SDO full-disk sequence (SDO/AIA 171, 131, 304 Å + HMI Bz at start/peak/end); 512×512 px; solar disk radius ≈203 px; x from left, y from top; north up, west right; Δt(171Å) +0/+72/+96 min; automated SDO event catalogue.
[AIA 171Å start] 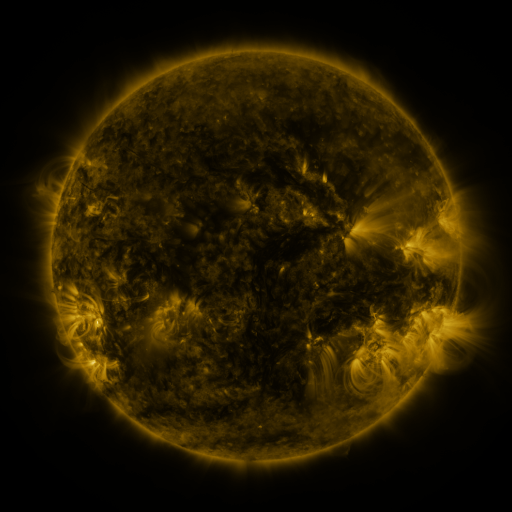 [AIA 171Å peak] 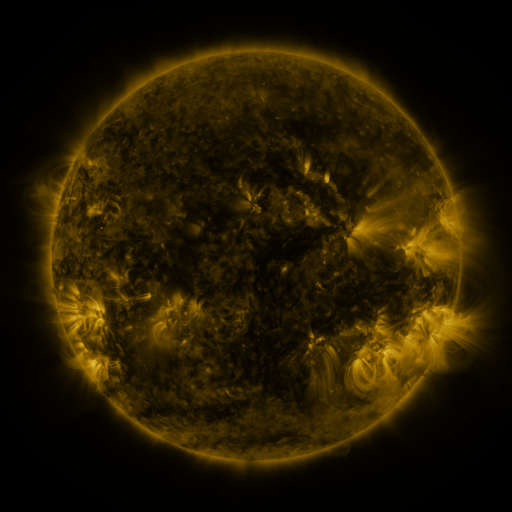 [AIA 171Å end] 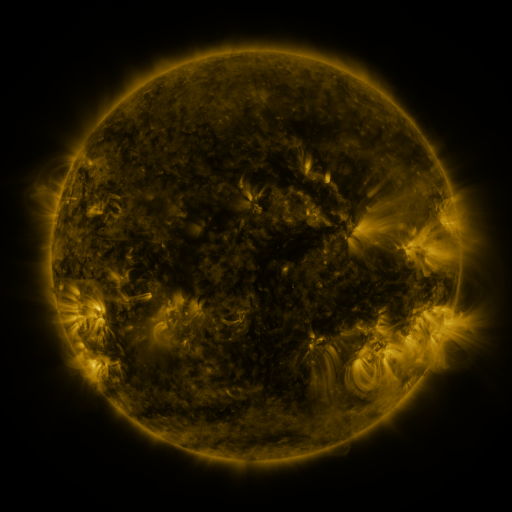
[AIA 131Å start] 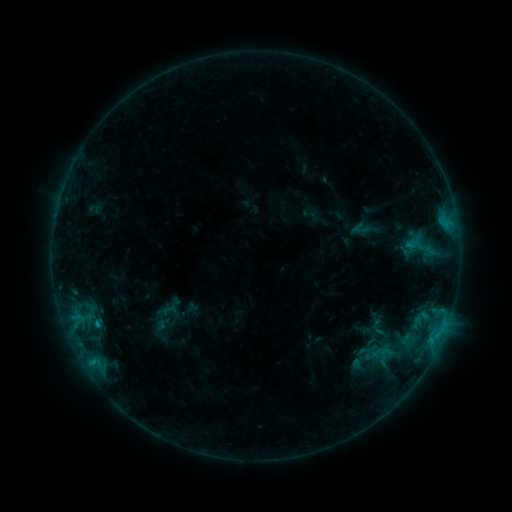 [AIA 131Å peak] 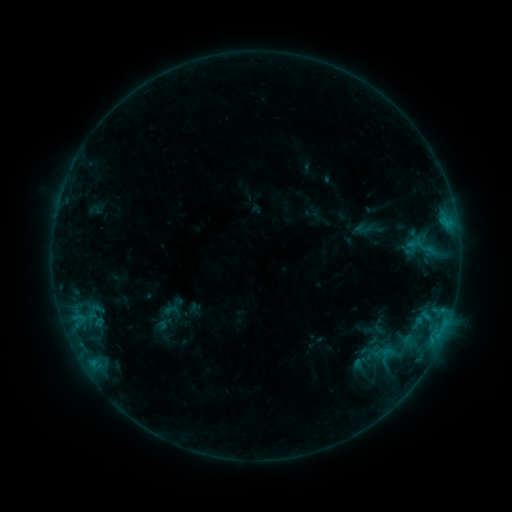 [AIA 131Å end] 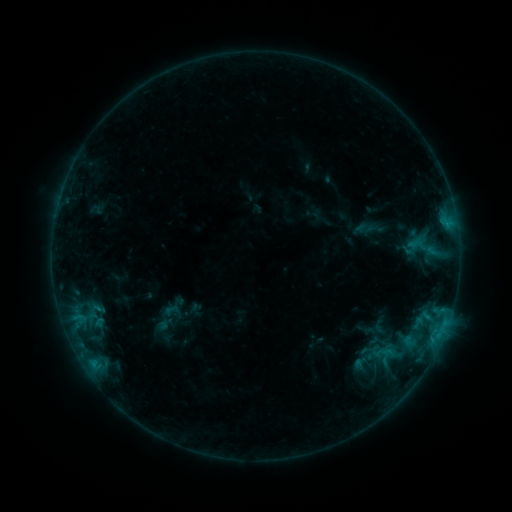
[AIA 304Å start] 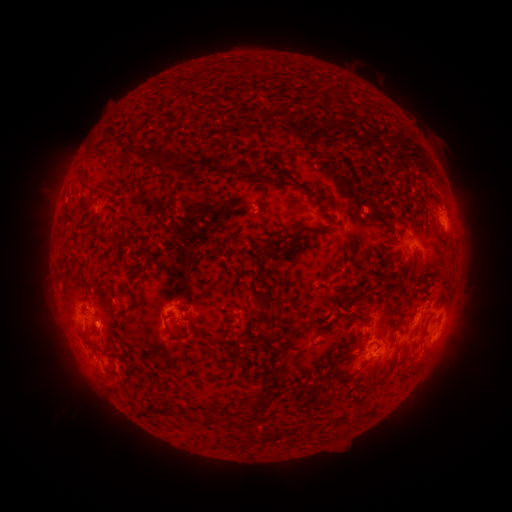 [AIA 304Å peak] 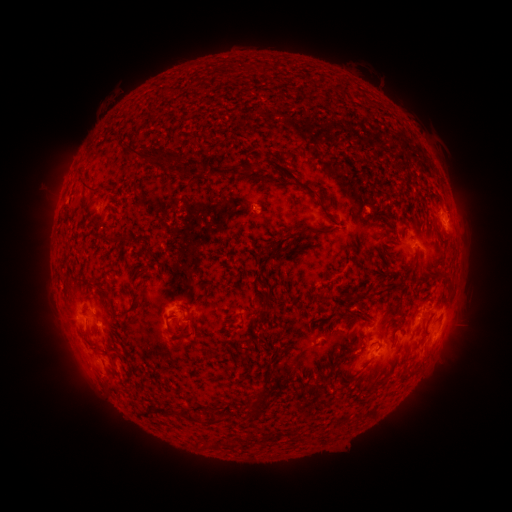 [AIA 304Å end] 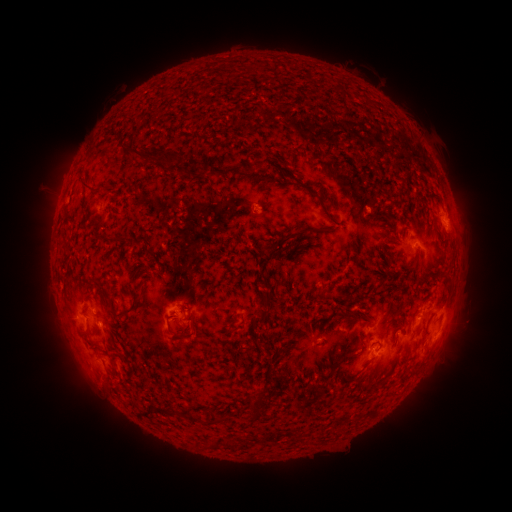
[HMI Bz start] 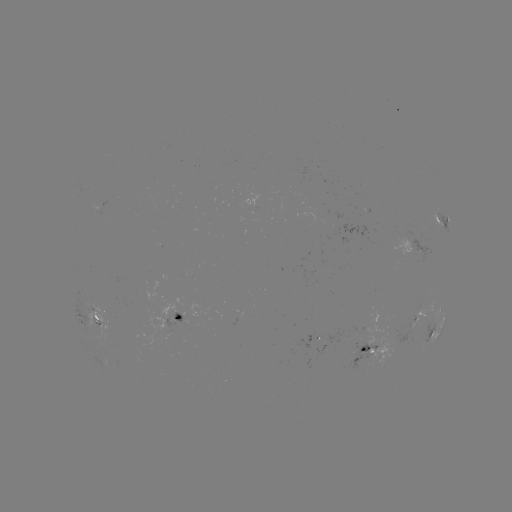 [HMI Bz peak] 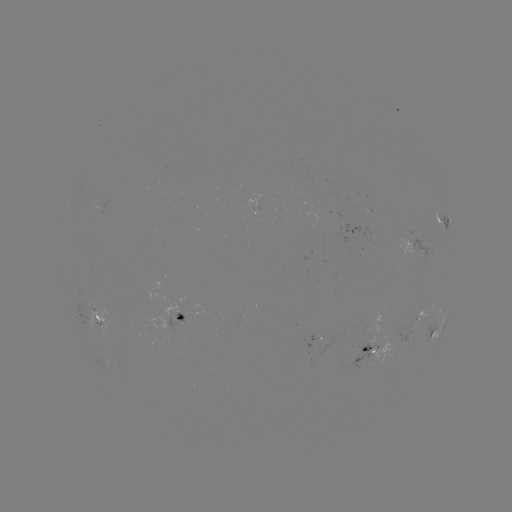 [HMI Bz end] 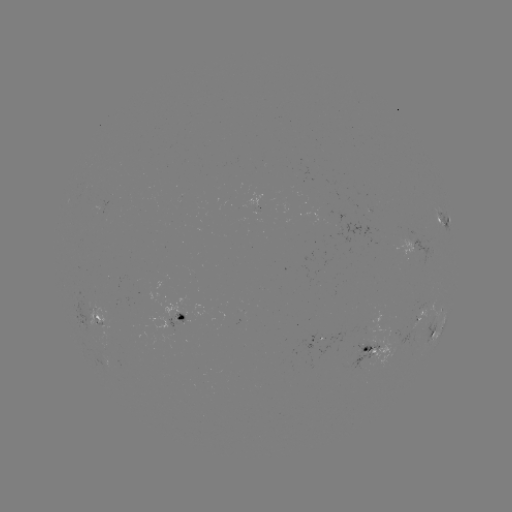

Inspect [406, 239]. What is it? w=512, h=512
emerging-flux region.